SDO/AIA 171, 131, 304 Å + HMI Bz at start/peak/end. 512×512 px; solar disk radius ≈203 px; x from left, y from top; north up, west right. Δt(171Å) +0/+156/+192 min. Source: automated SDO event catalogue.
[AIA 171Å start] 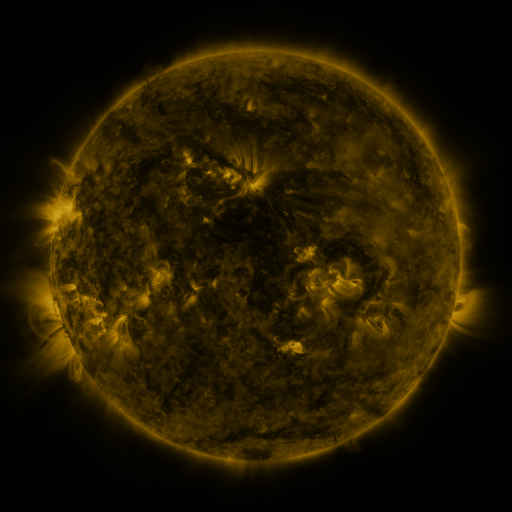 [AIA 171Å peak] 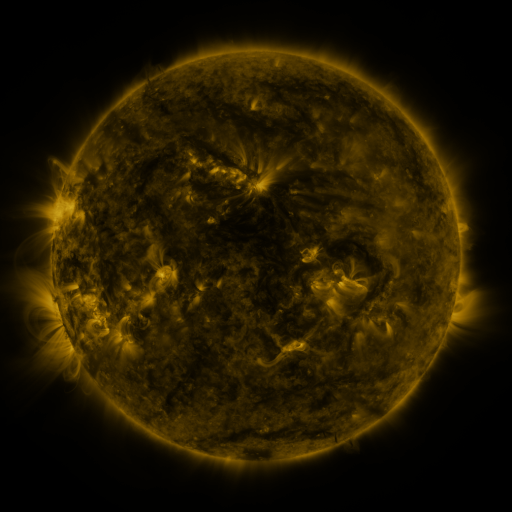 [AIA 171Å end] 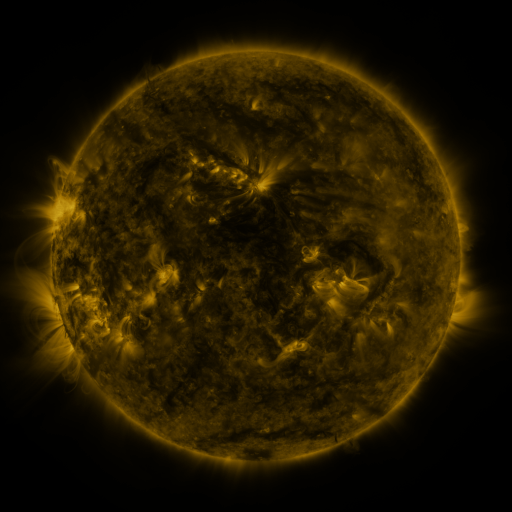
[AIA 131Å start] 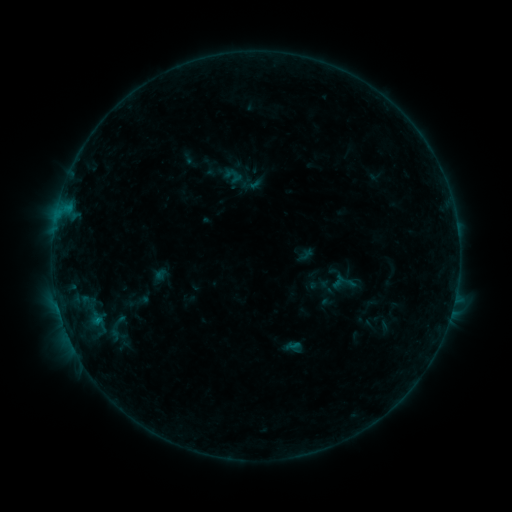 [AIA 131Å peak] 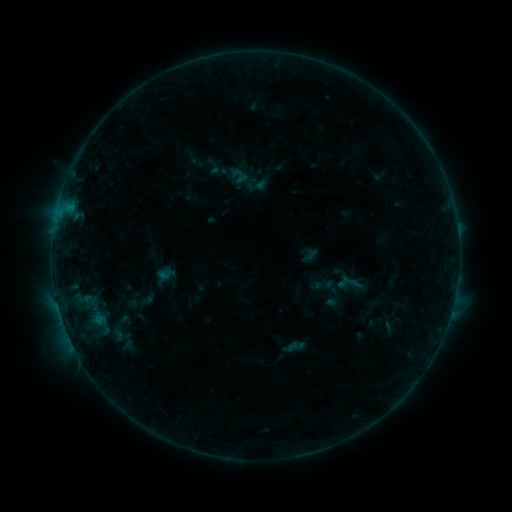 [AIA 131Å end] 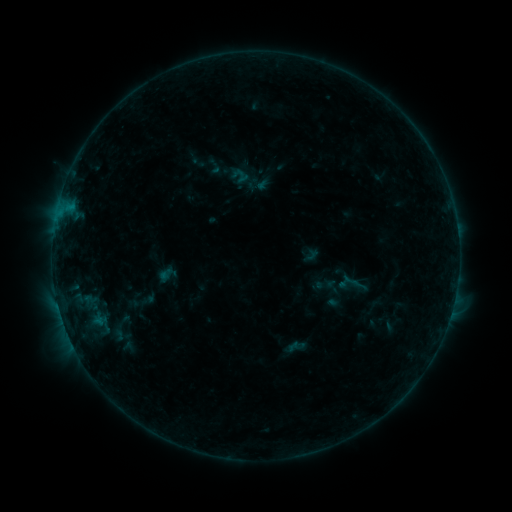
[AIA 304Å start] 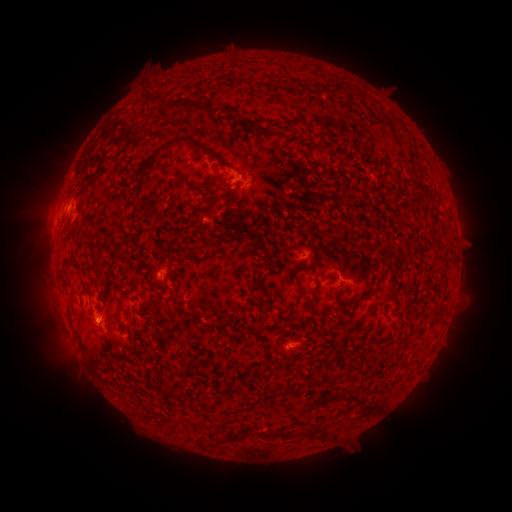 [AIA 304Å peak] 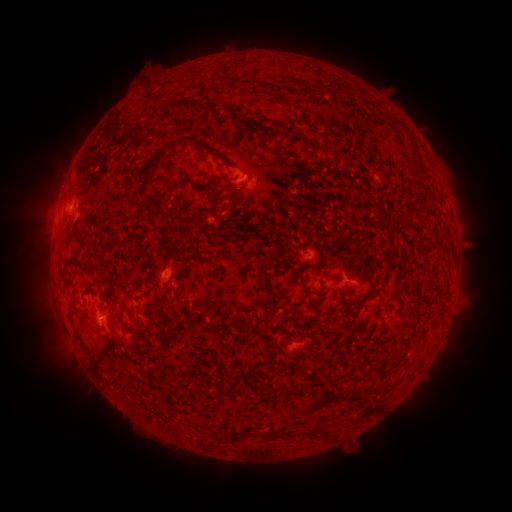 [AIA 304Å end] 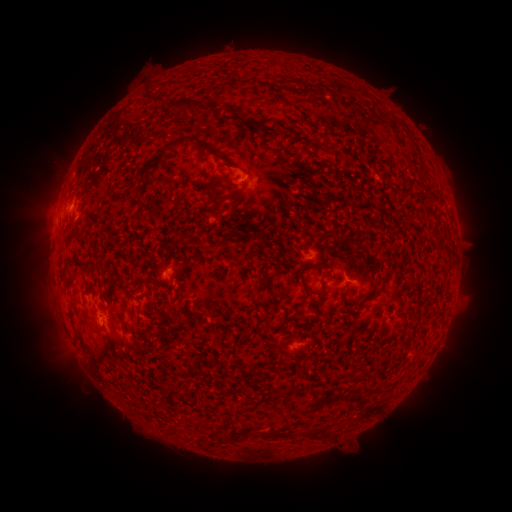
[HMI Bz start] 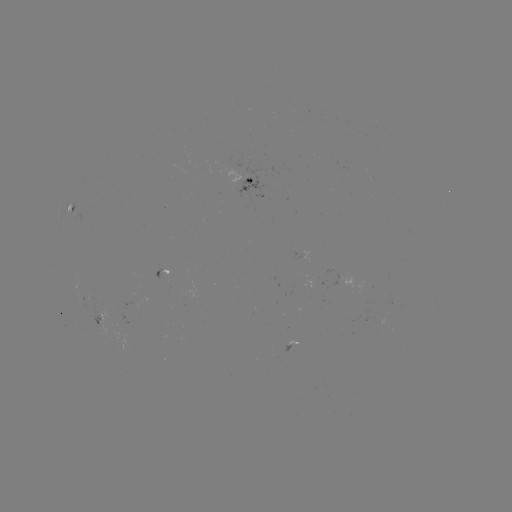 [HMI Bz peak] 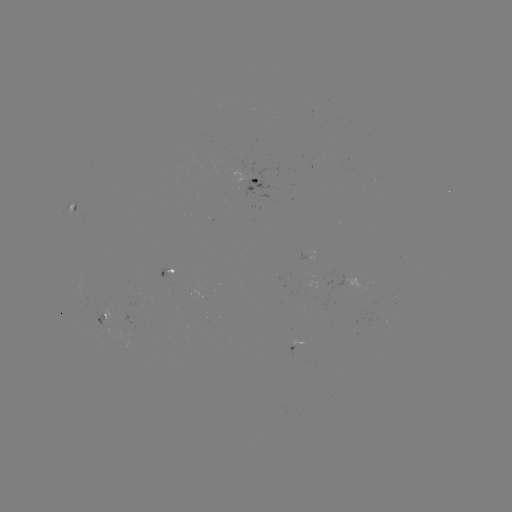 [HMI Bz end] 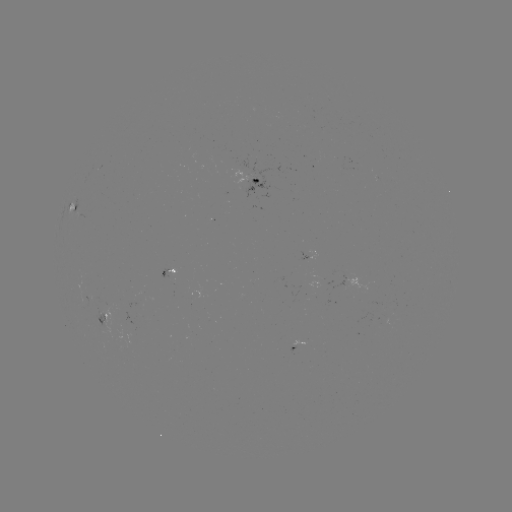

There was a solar emerging-flux region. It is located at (246, 169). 